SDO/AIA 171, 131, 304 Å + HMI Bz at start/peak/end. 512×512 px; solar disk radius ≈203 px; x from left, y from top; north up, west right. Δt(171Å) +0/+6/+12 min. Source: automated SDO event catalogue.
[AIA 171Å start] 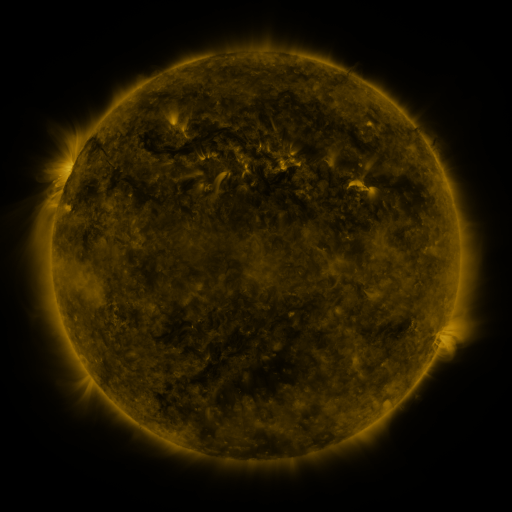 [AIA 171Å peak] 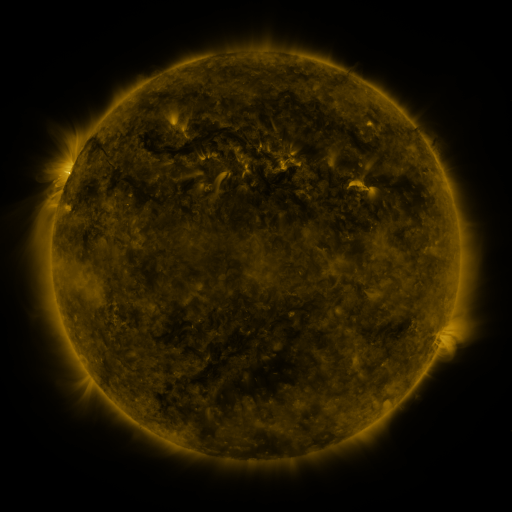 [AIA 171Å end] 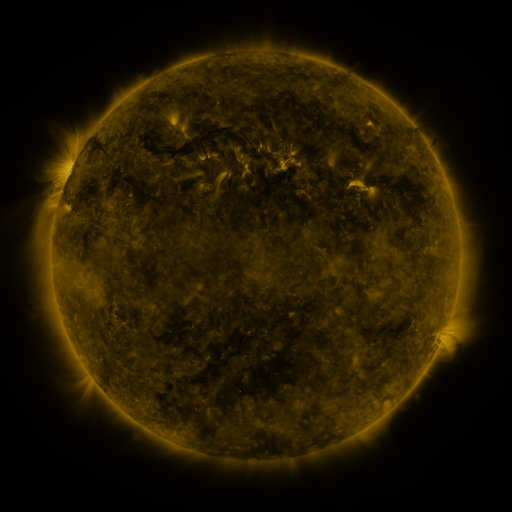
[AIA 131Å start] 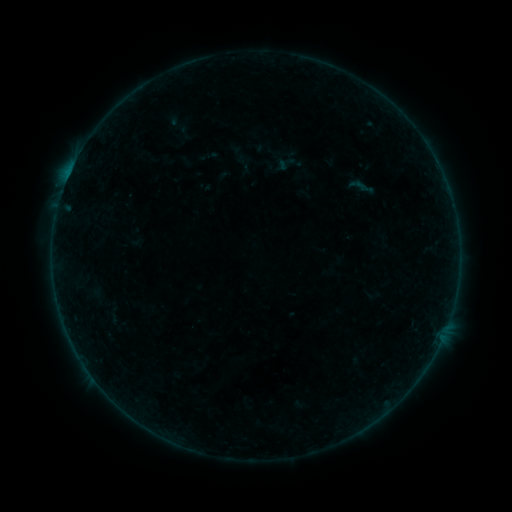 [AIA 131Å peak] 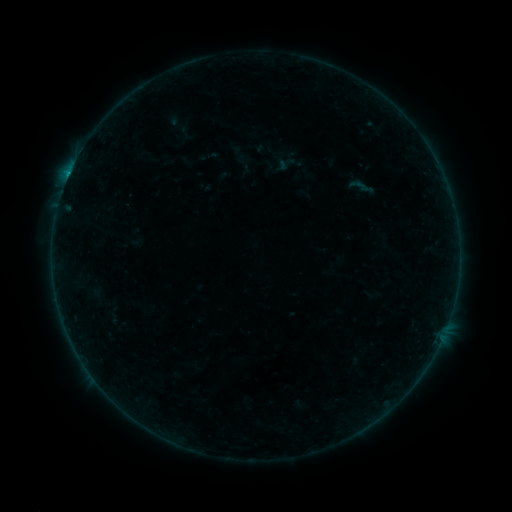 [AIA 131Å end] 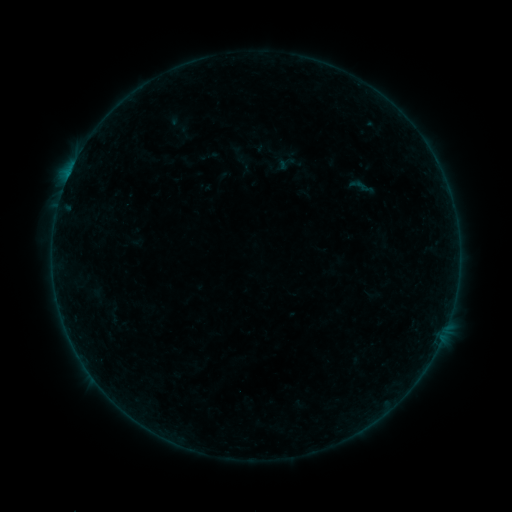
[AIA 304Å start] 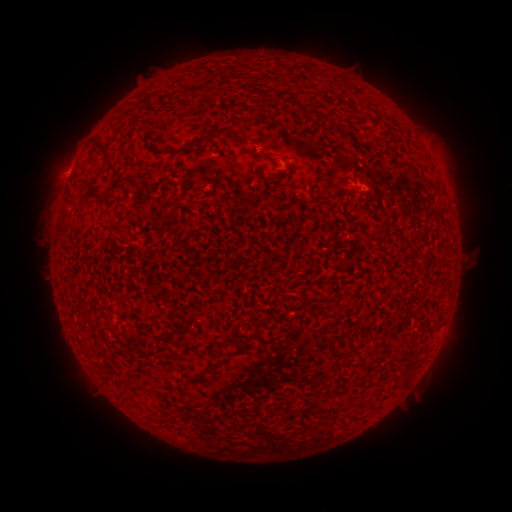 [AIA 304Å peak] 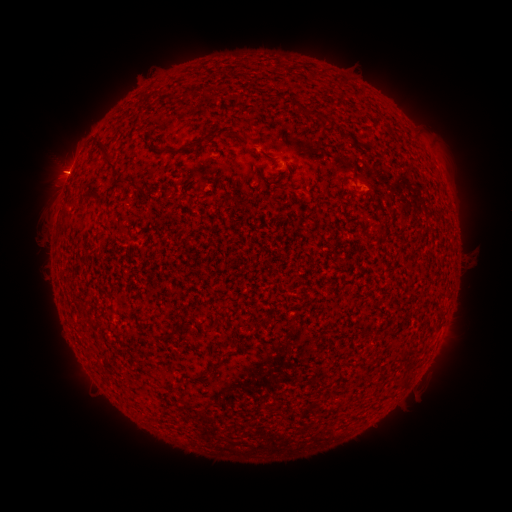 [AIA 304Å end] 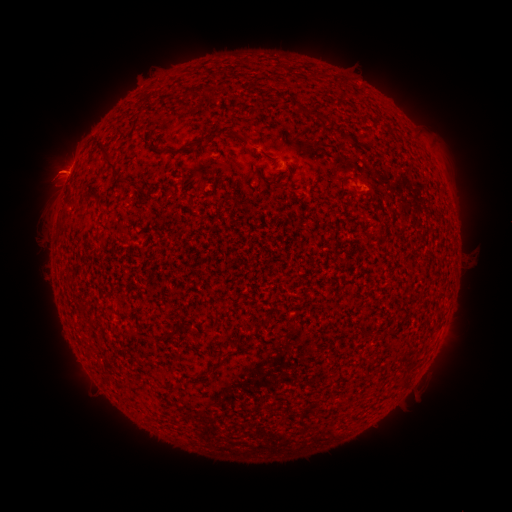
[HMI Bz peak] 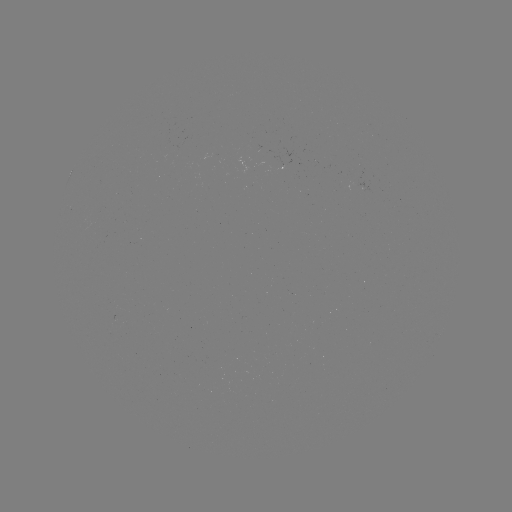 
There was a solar flare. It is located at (69, 176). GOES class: B2.3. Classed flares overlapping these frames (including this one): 1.